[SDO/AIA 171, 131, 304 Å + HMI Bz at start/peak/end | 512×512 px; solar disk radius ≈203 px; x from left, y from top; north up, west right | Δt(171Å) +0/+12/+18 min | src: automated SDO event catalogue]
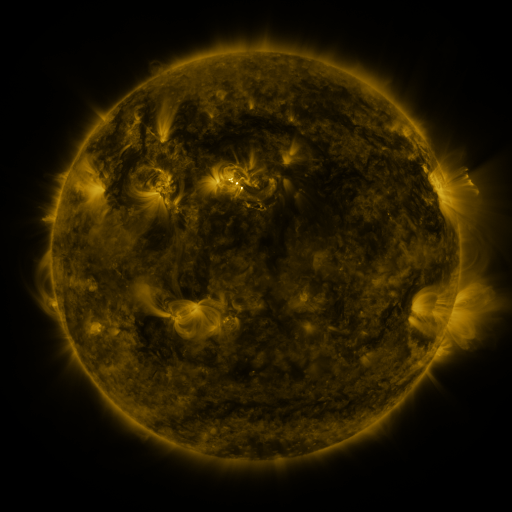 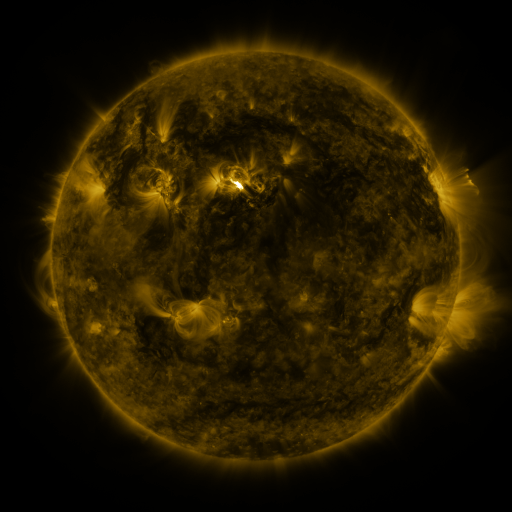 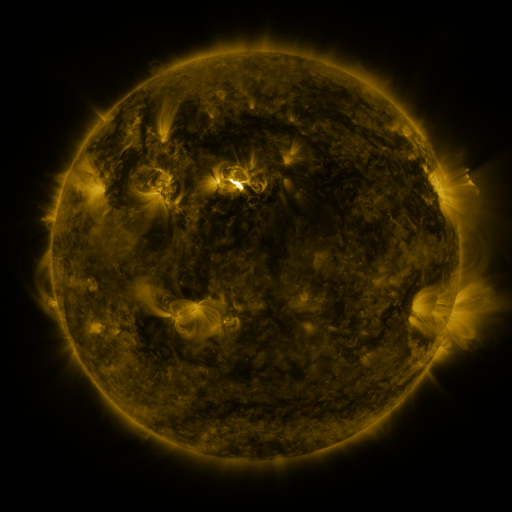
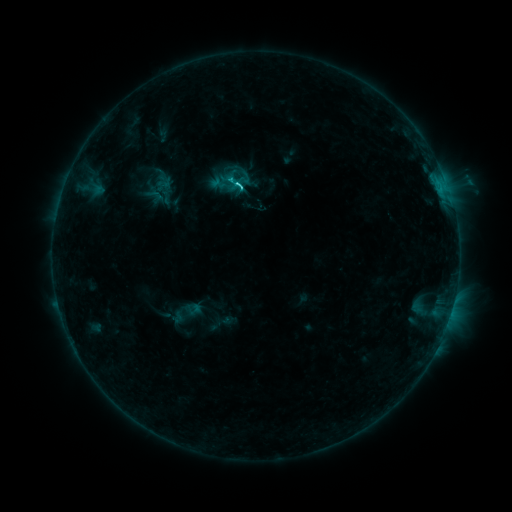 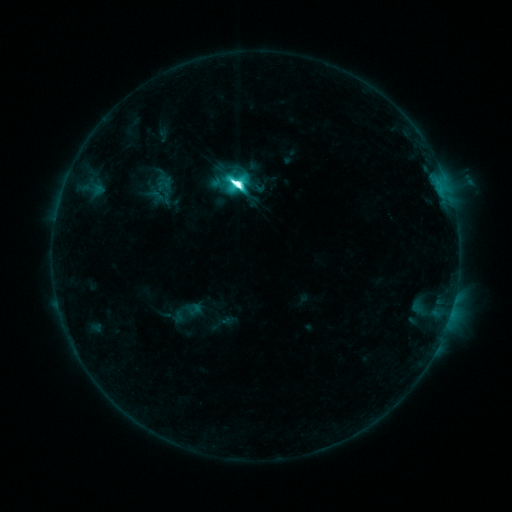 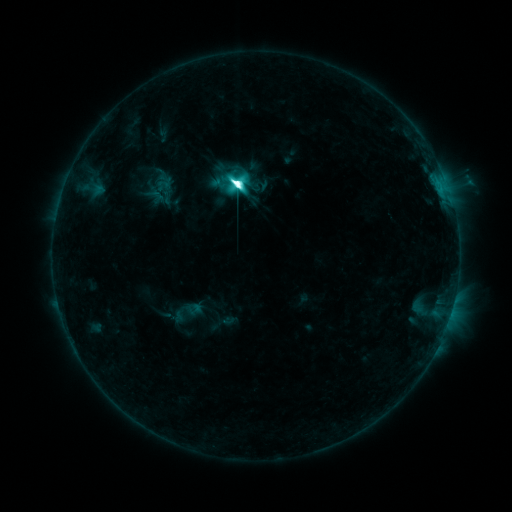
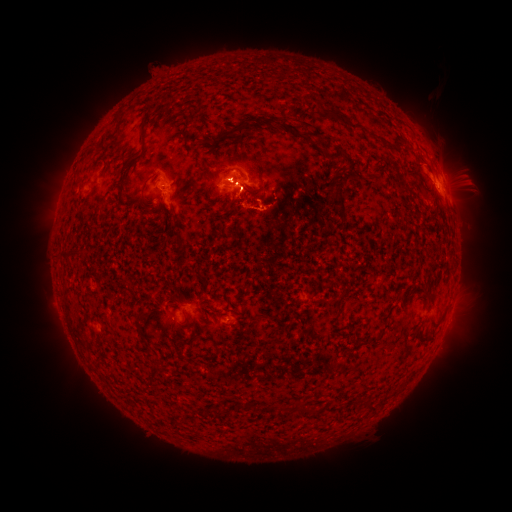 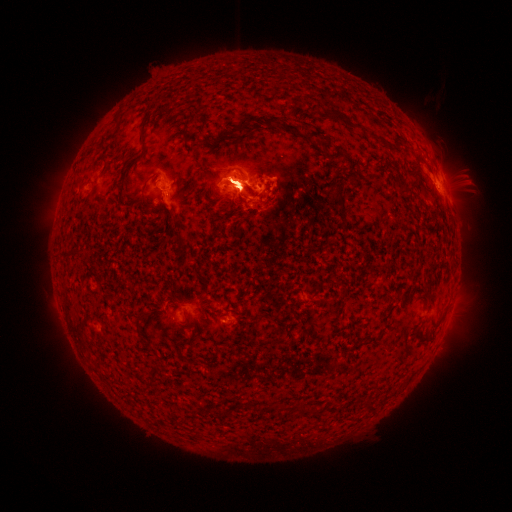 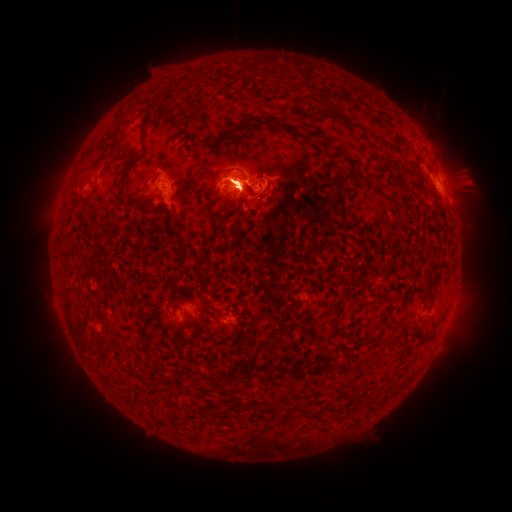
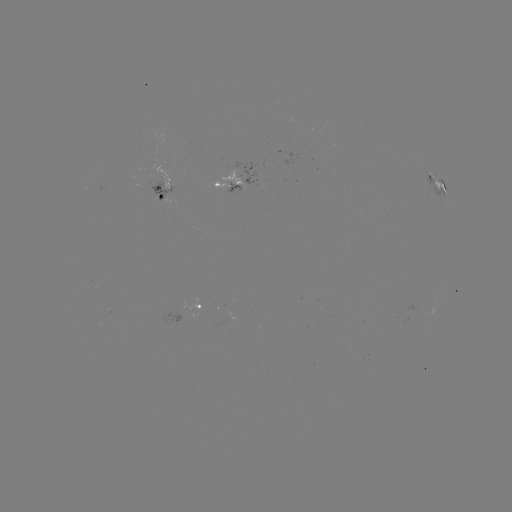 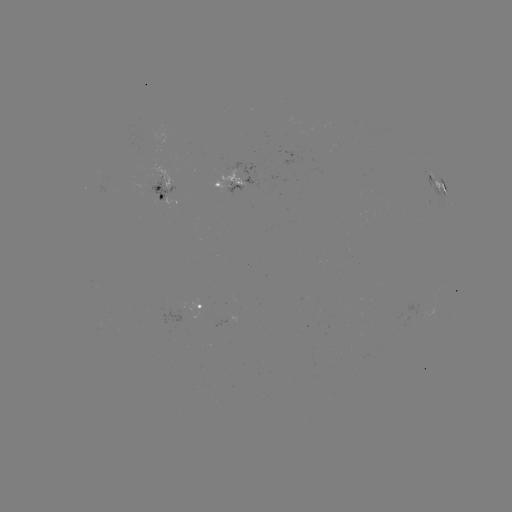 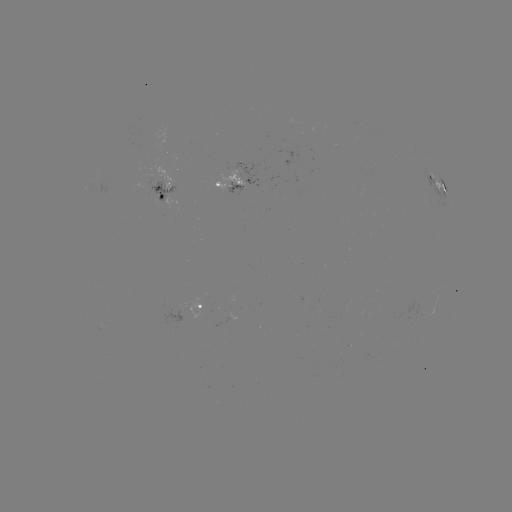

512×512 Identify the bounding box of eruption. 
[43, 94, 137, 218].